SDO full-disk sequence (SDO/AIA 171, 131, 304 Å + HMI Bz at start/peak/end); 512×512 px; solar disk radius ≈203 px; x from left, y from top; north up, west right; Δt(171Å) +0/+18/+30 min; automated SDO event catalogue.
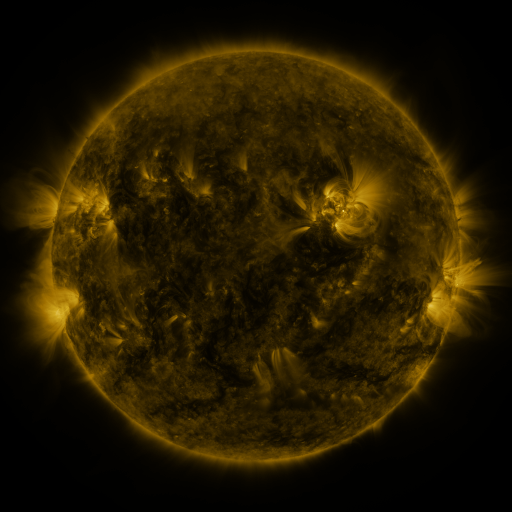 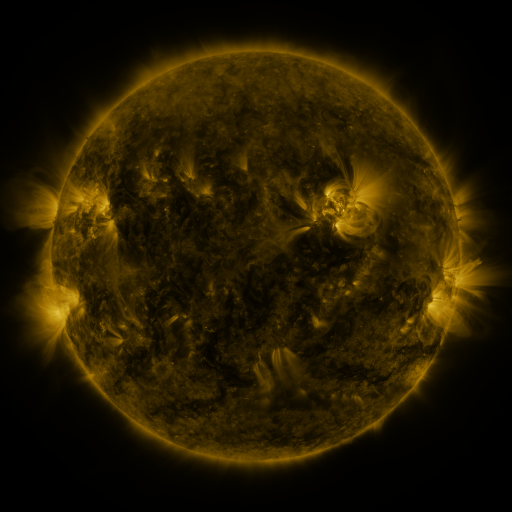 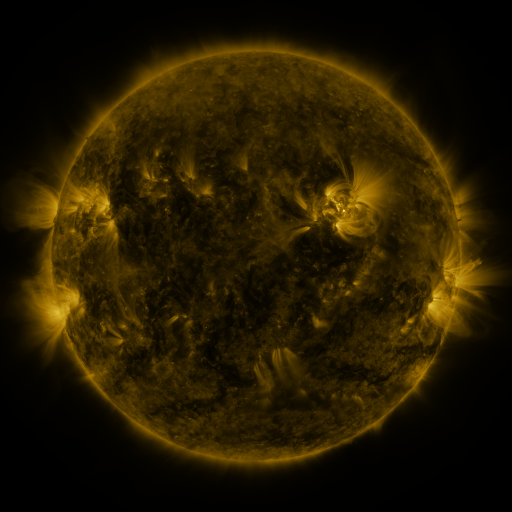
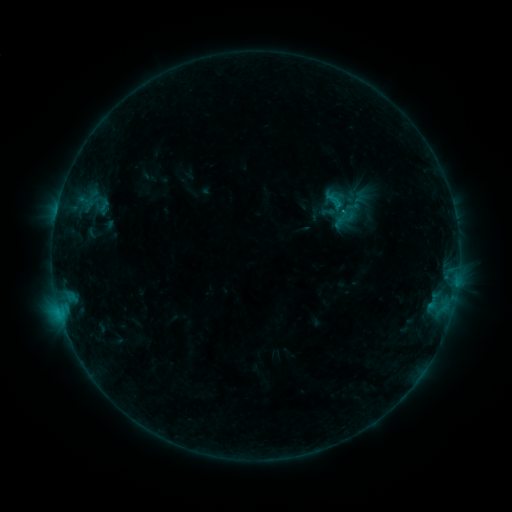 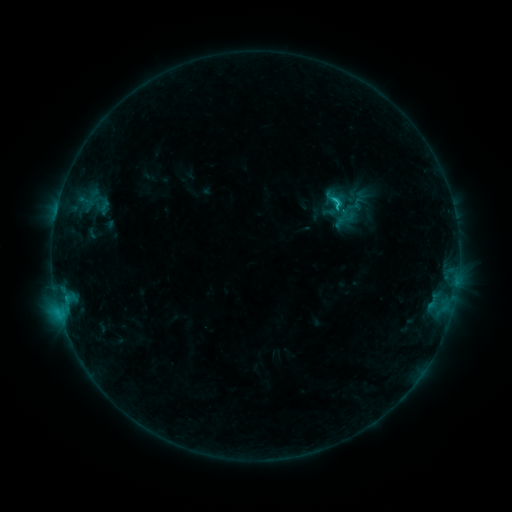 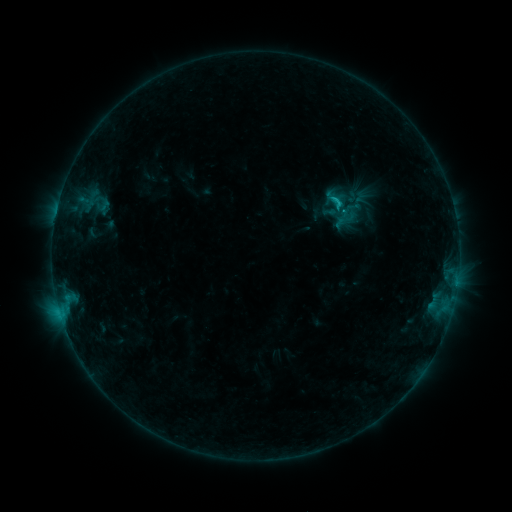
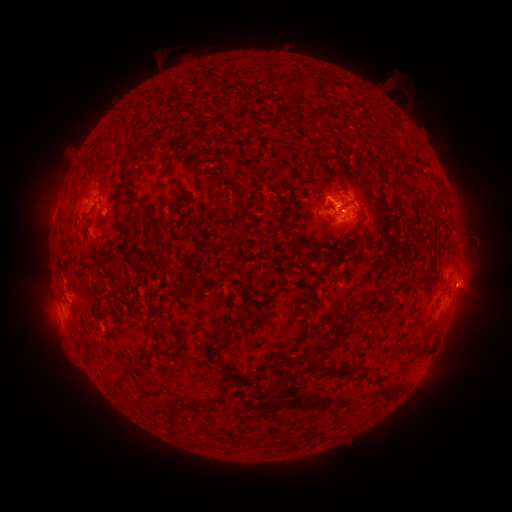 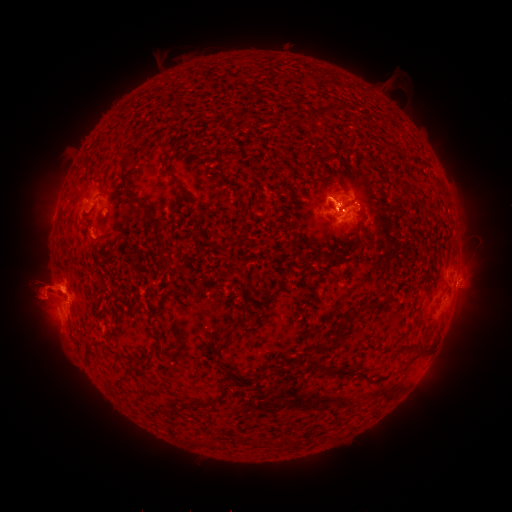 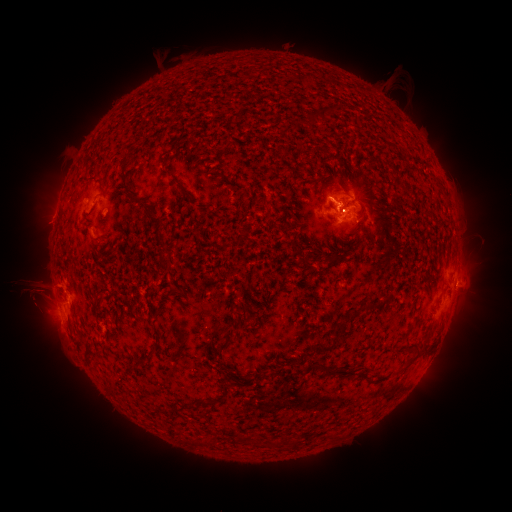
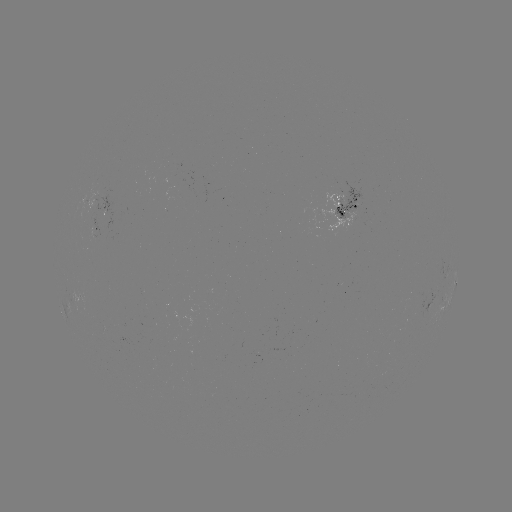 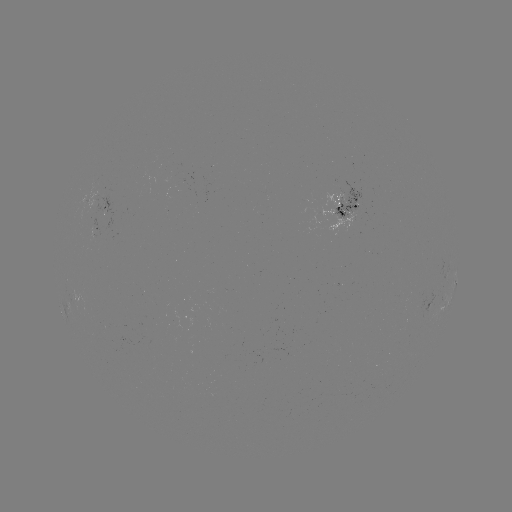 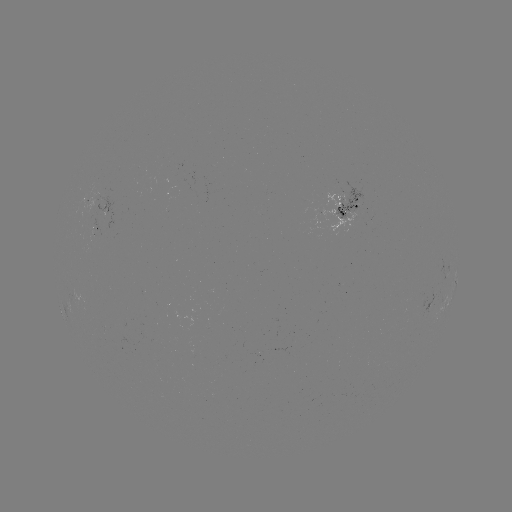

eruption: [3, 228, 108, 381]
